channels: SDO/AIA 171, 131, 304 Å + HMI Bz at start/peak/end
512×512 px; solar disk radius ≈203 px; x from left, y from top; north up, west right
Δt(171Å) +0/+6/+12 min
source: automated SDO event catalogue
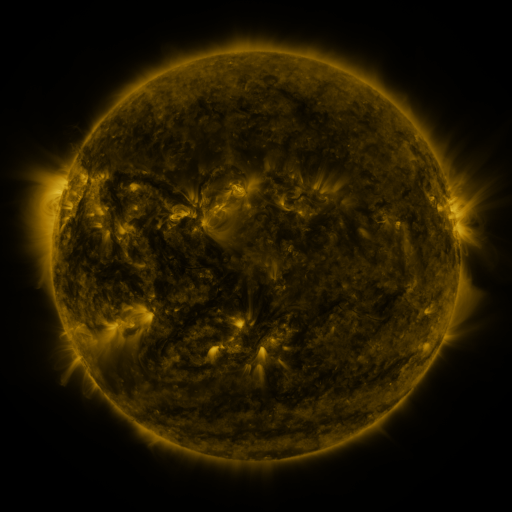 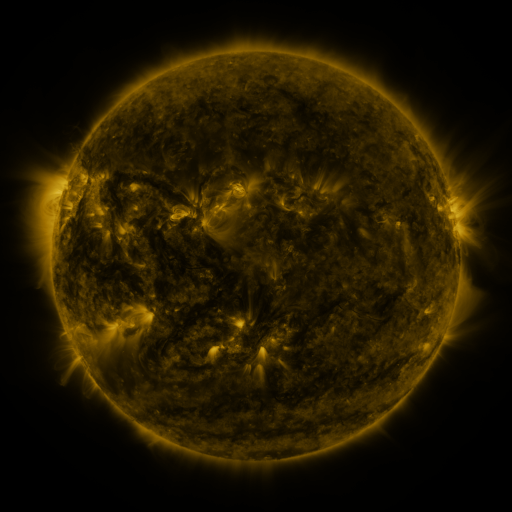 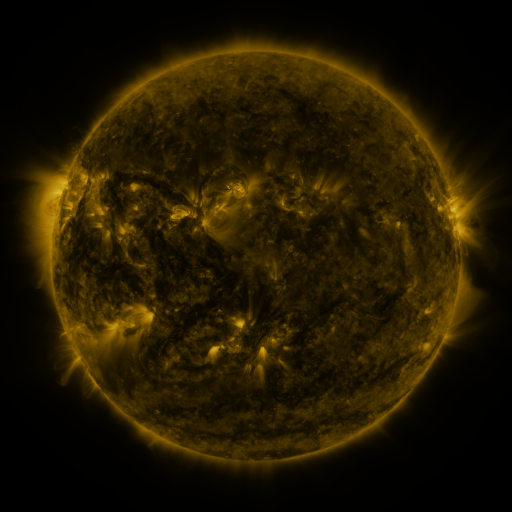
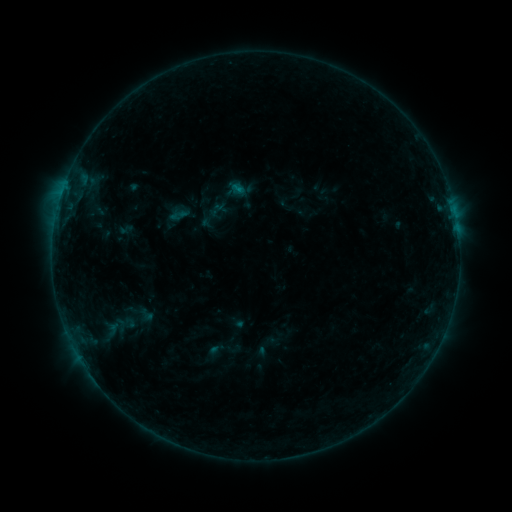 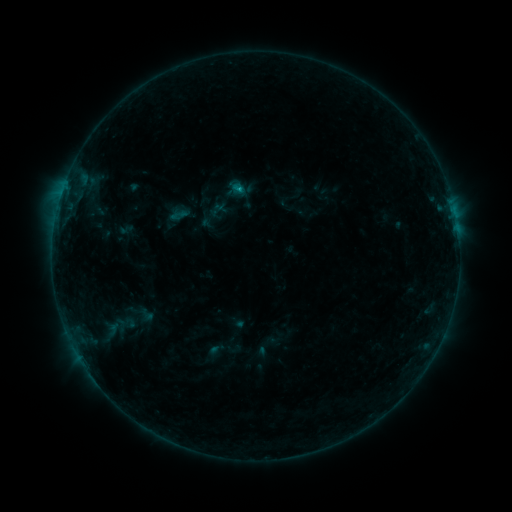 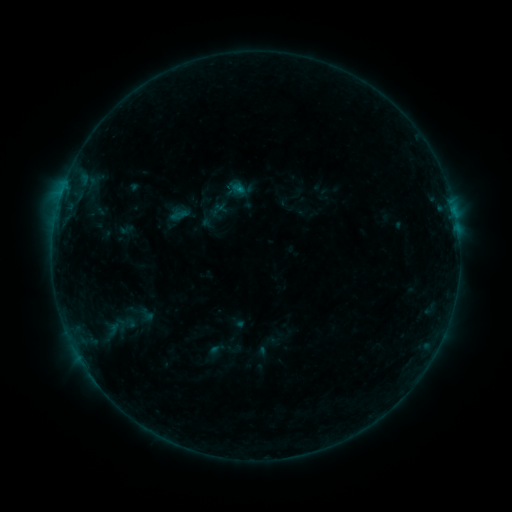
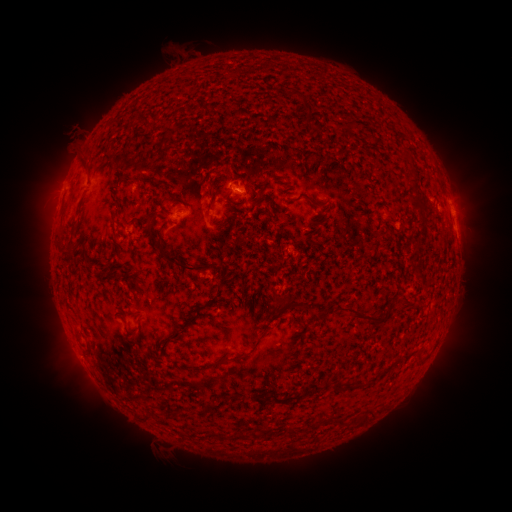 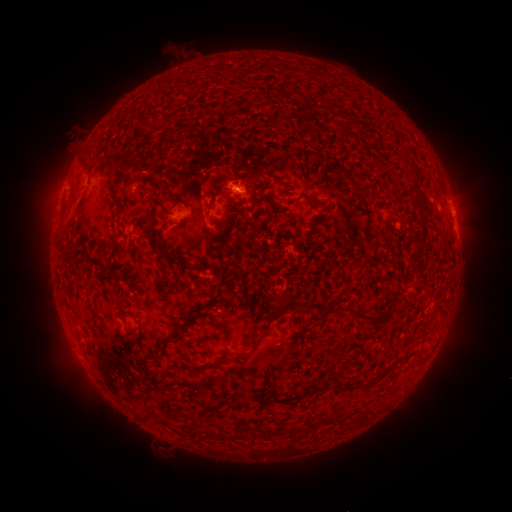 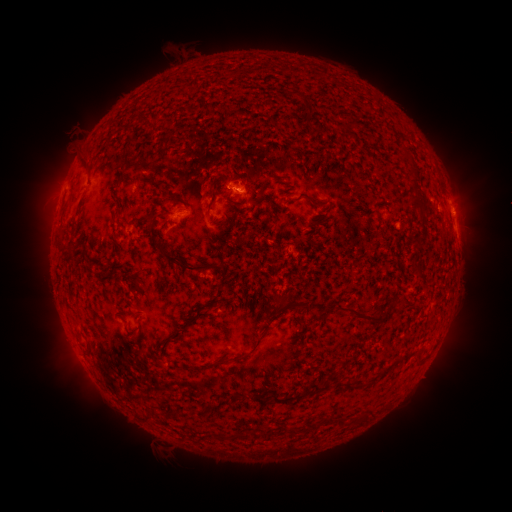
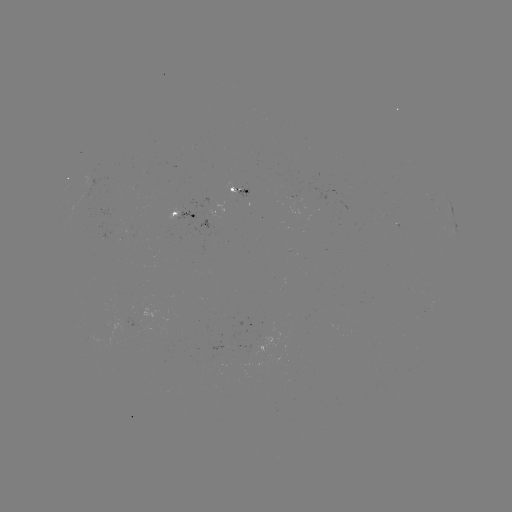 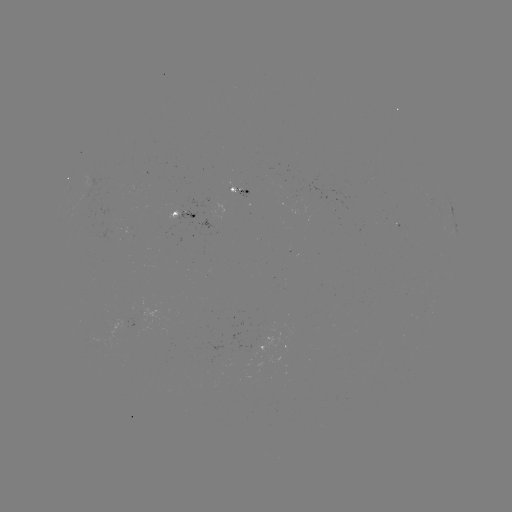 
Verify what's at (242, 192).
B3.8 flare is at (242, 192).